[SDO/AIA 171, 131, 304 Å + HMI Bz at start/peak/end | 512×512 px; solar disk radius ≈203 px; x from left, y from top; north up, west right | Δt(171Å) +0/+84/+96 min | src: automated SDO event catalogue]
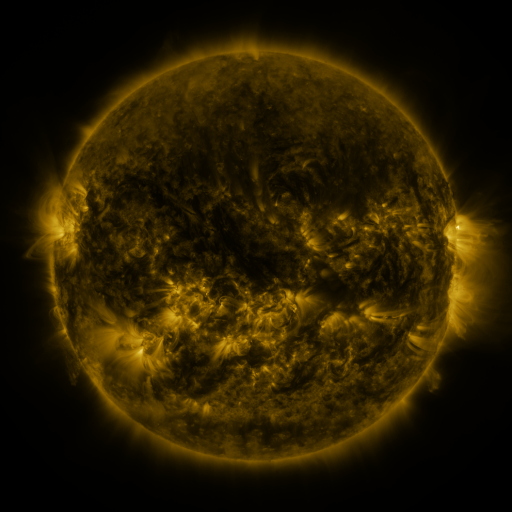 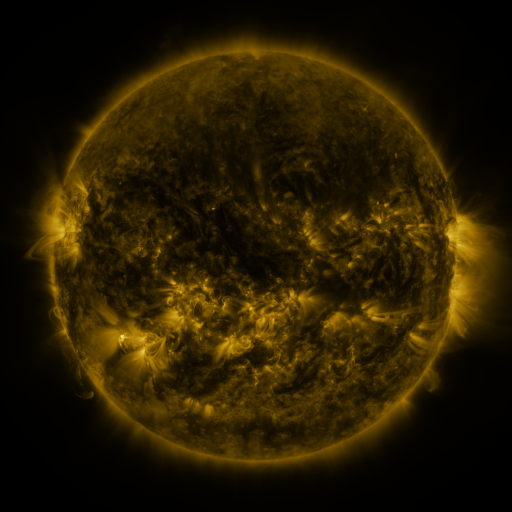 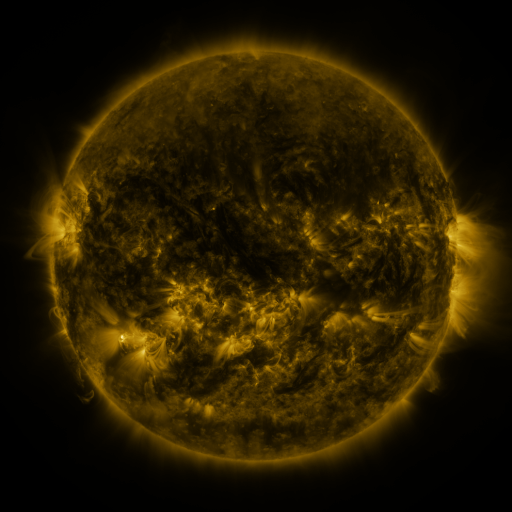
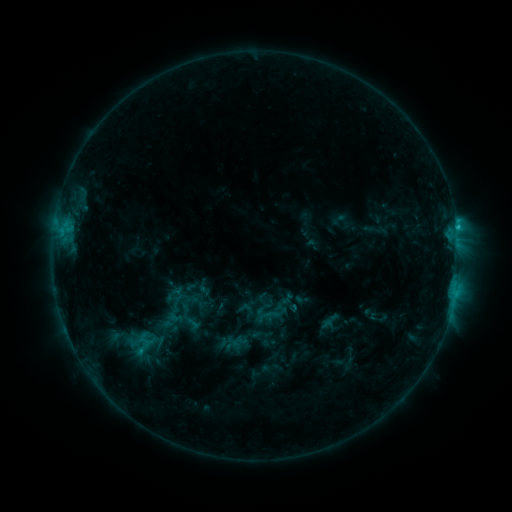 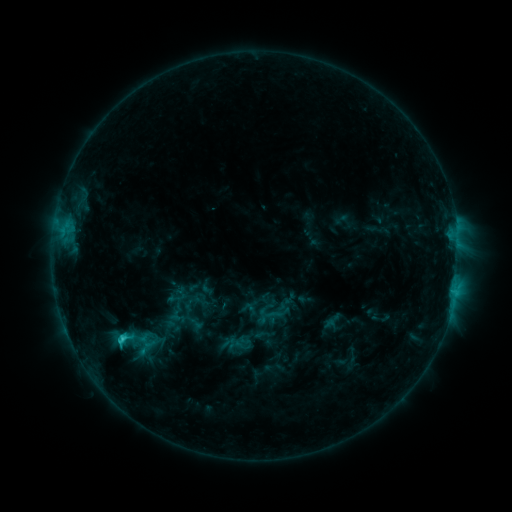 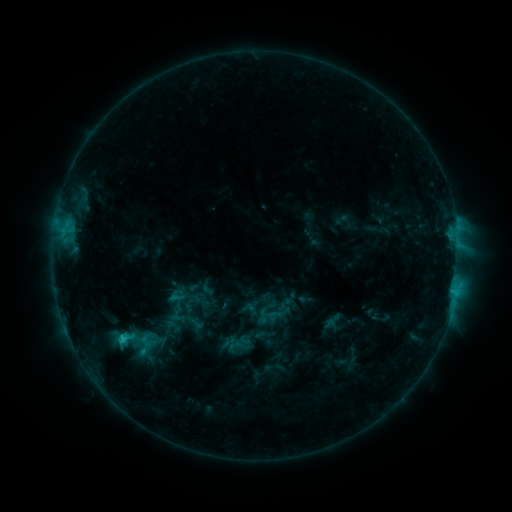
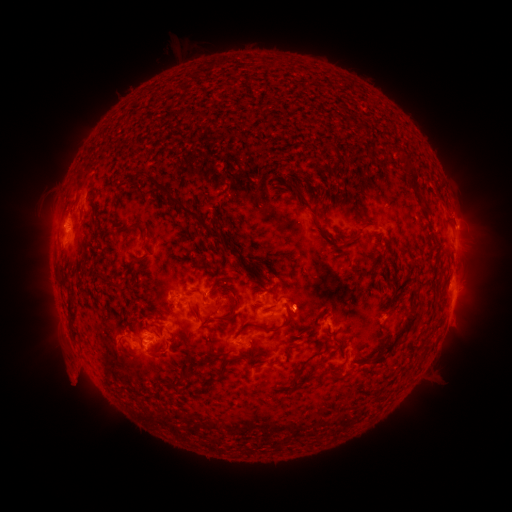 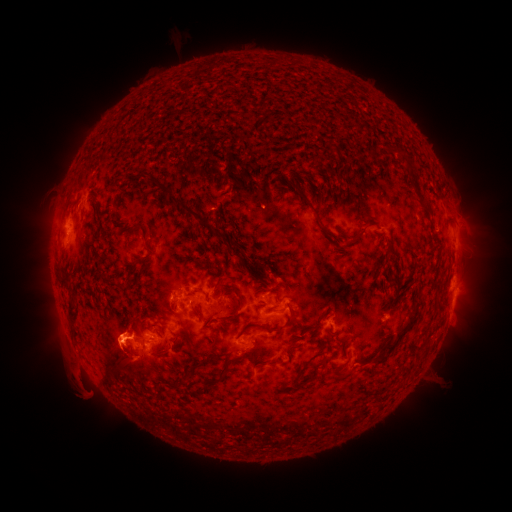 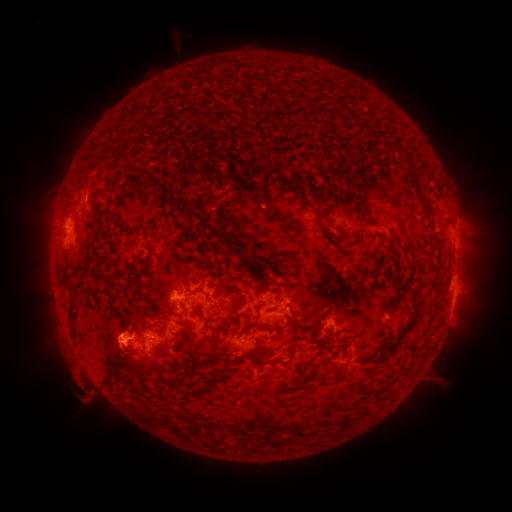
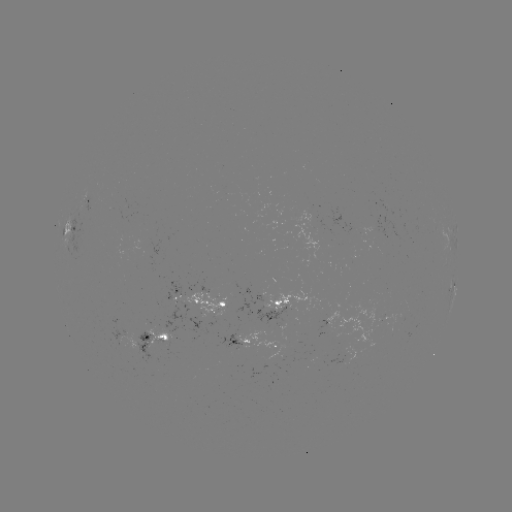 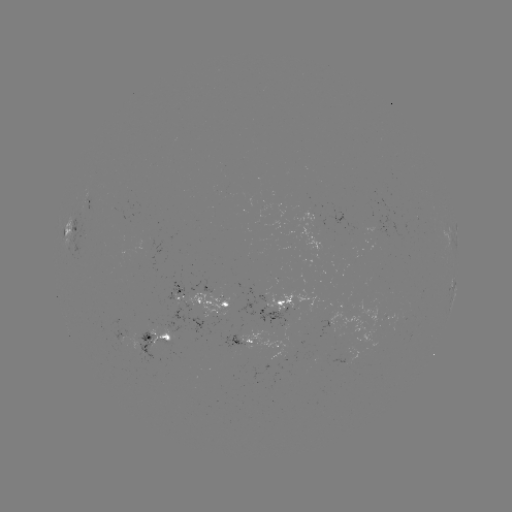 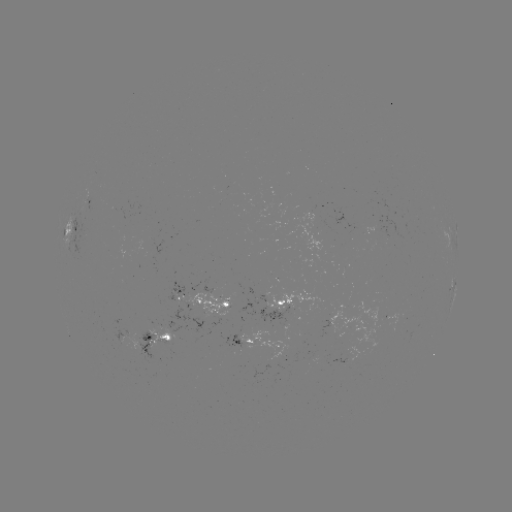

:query emerging-flux region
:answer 144,347